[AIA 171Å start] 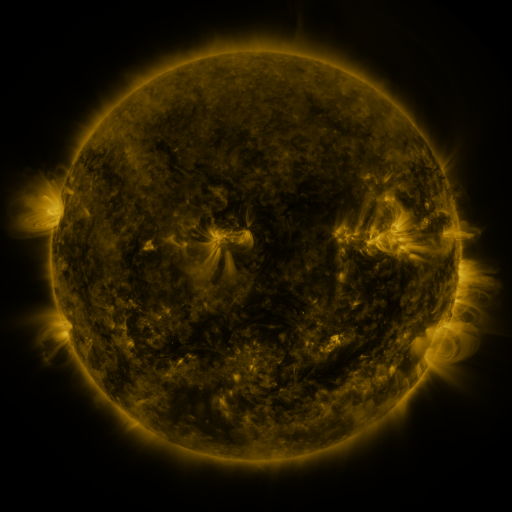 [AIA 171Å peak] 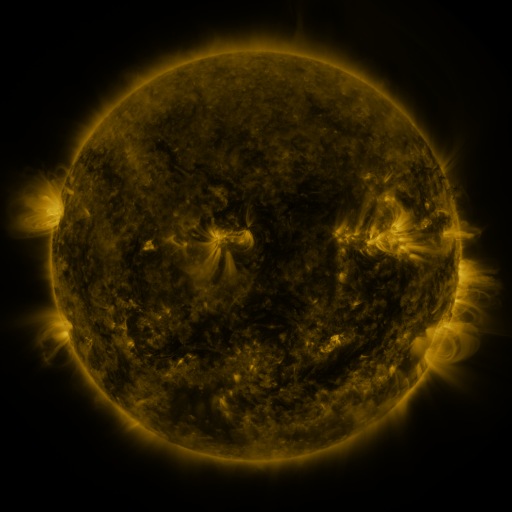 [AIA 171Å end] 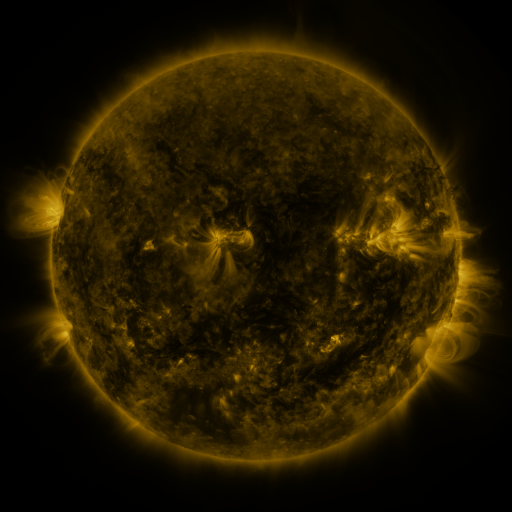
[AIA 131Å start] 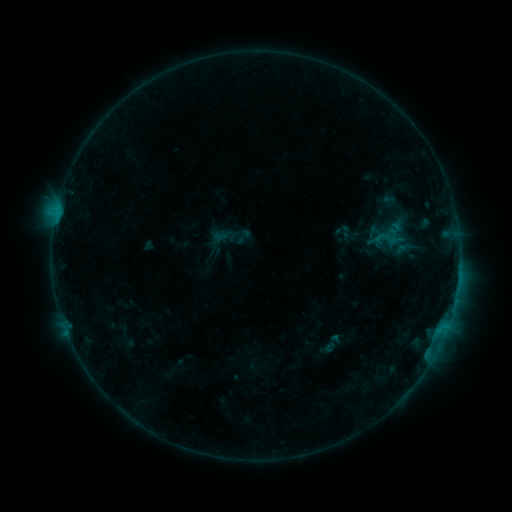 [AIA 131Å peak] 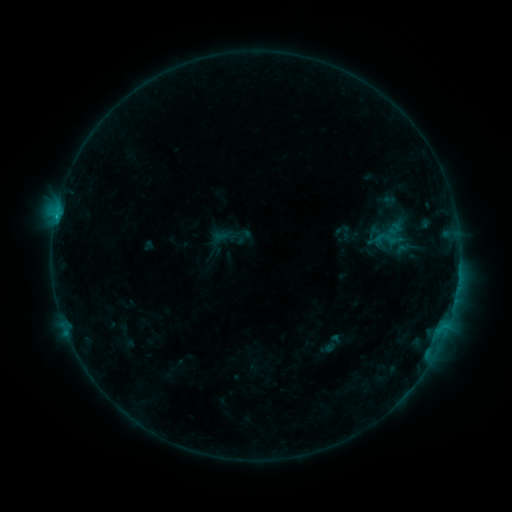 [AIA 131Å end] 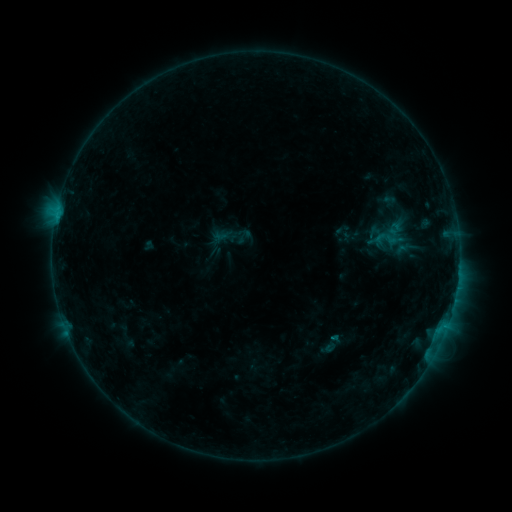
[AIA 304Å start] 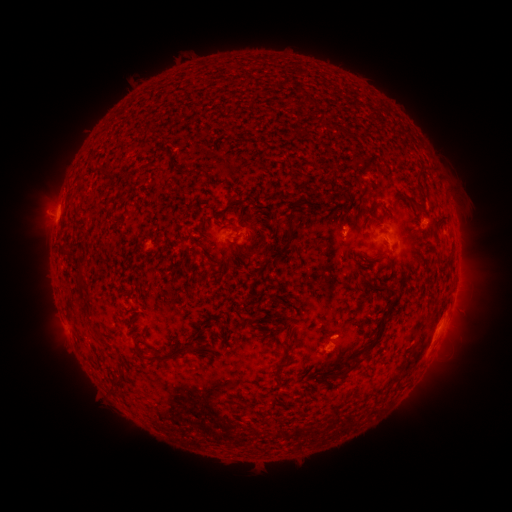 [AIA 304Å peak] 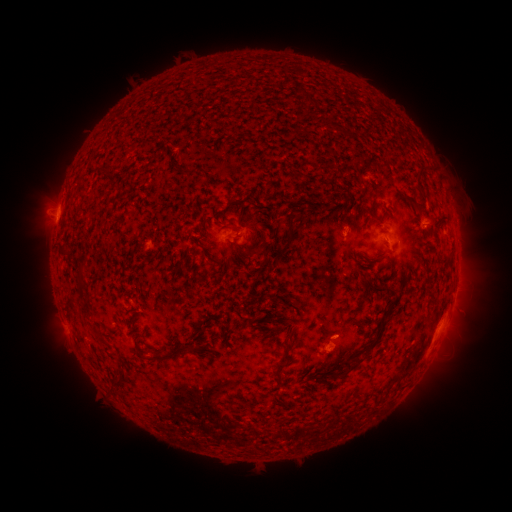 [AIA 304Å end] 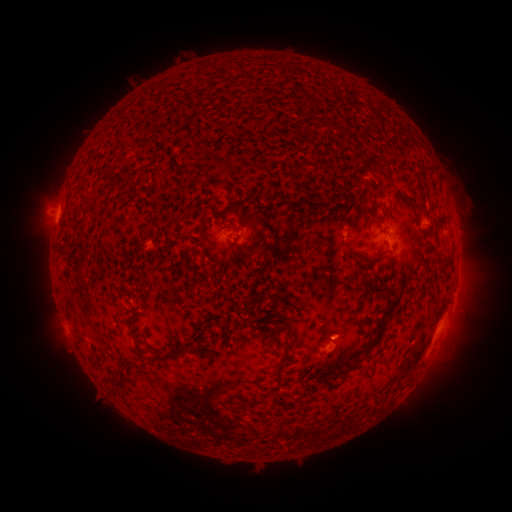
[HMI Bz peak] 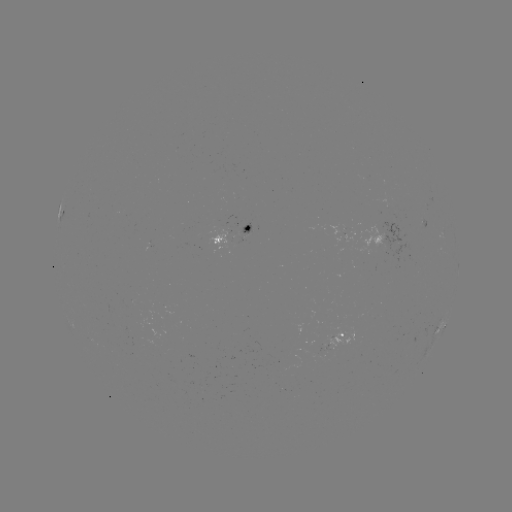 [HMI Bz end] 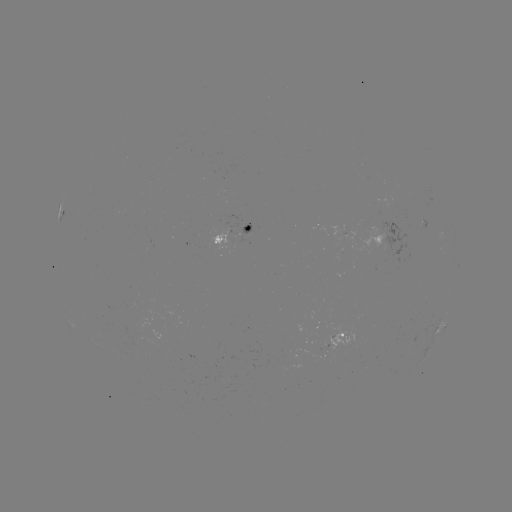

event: flare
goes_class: B6.1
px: (56, 218)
